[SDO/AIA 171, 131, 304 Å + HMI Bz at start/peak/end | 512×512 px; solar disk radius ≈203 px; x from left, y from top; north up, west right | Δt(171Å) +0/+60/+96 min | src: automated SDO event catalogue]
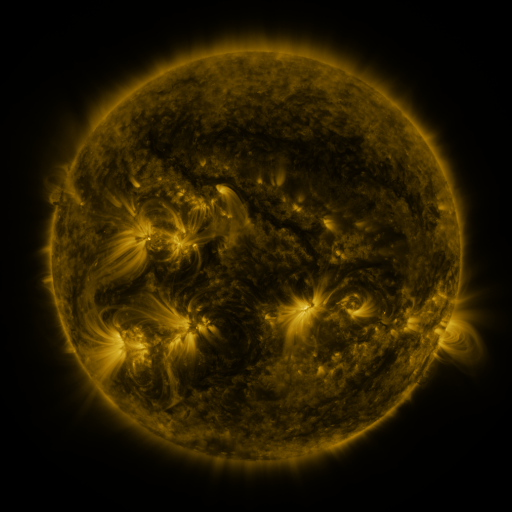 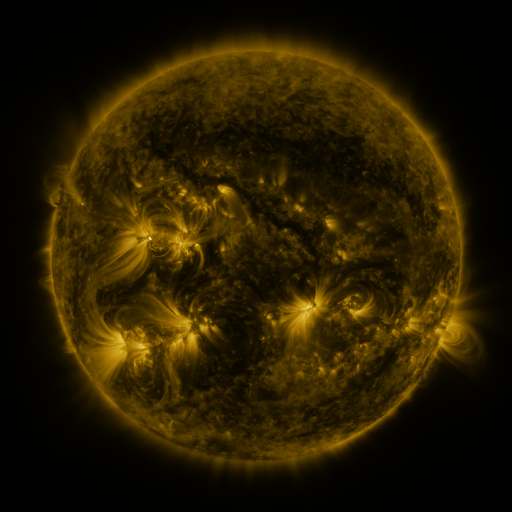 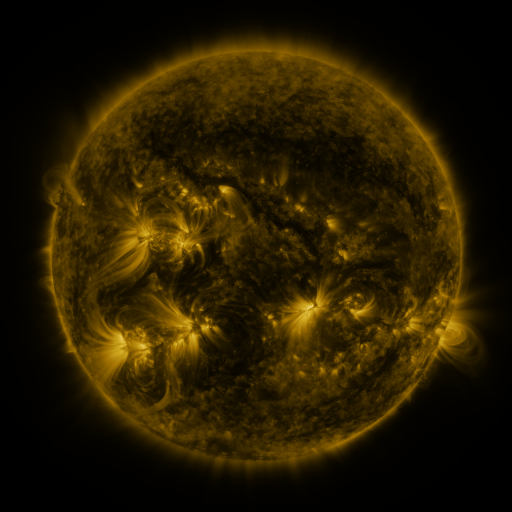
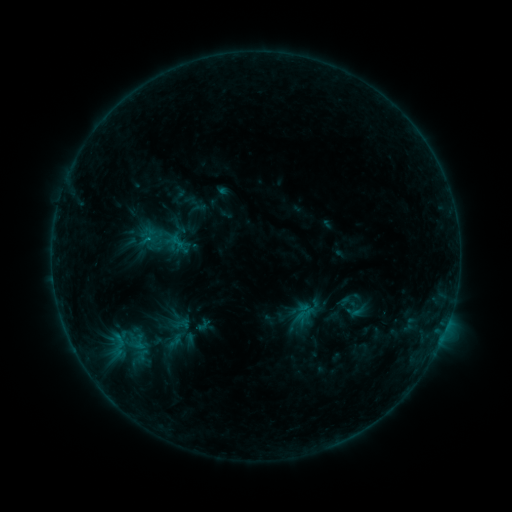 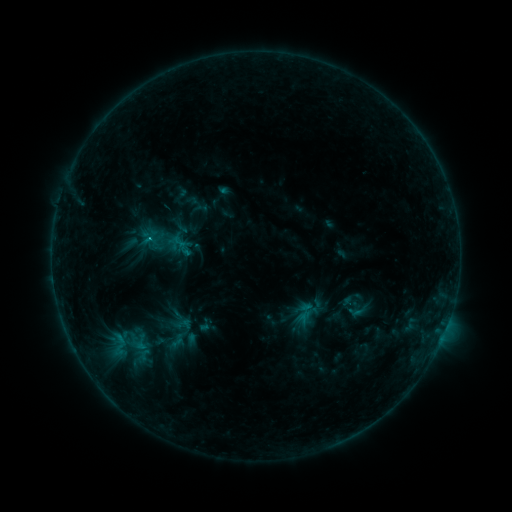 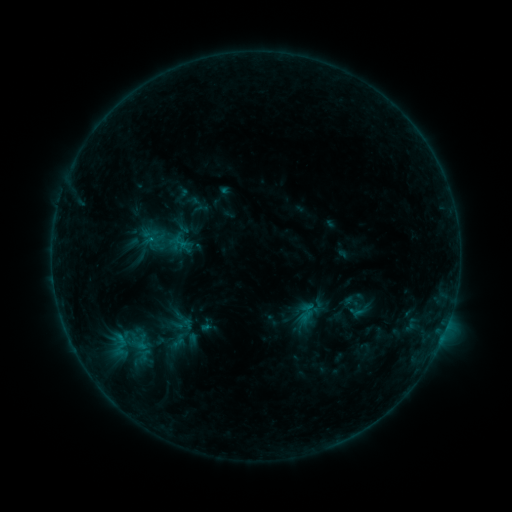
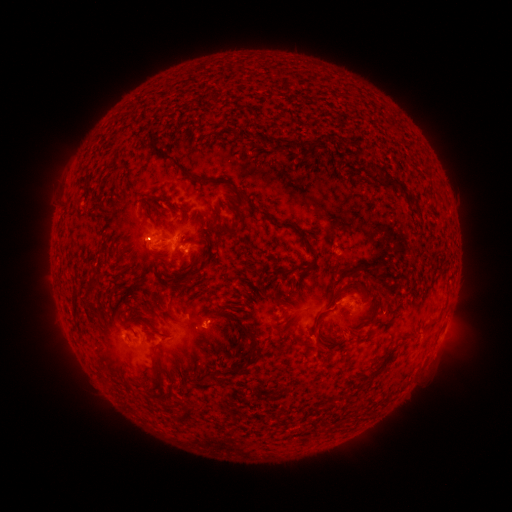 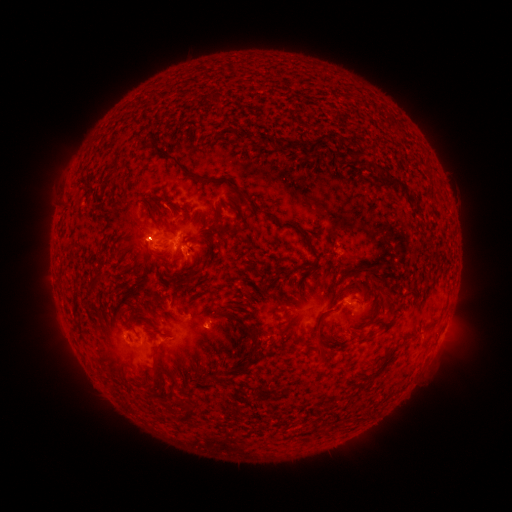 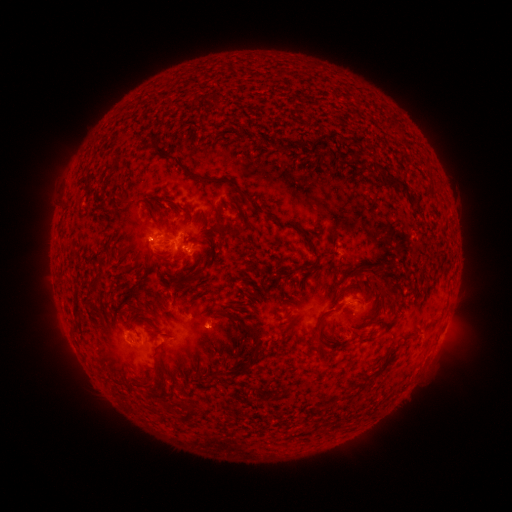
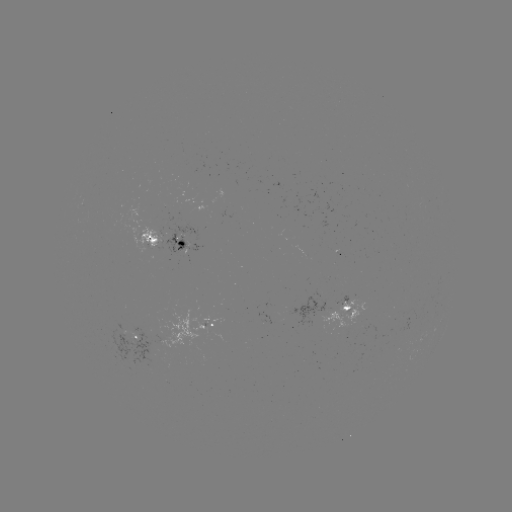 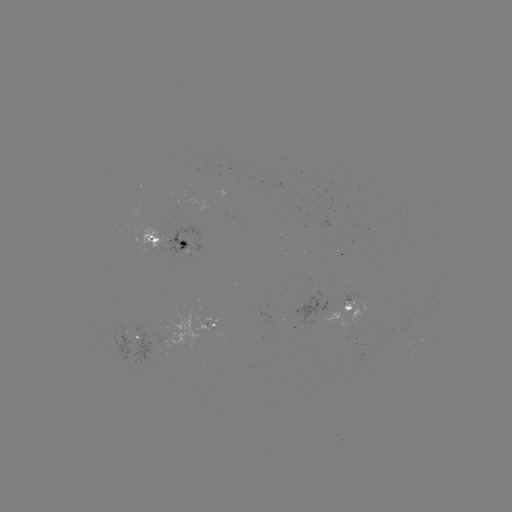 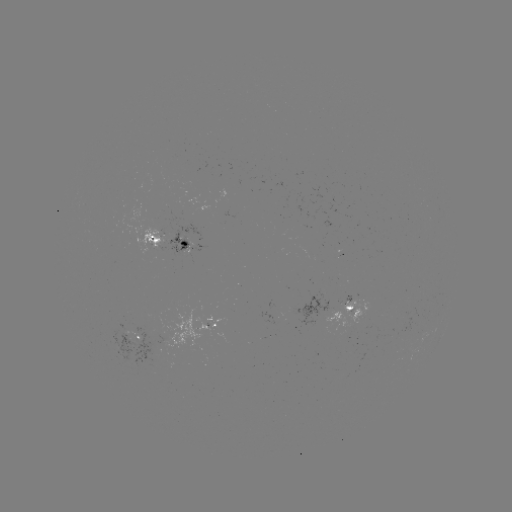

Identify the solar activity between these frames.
emerging-flux region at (352, 302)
